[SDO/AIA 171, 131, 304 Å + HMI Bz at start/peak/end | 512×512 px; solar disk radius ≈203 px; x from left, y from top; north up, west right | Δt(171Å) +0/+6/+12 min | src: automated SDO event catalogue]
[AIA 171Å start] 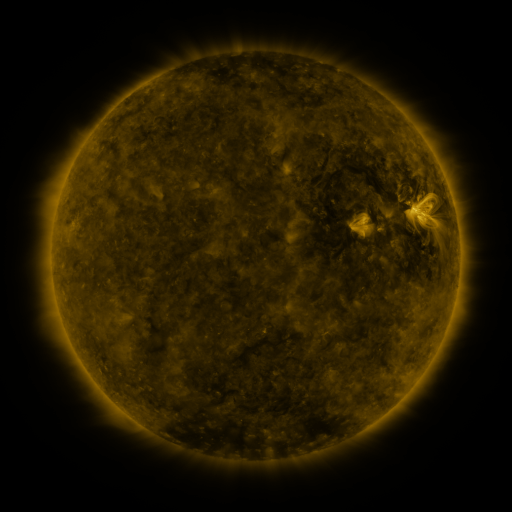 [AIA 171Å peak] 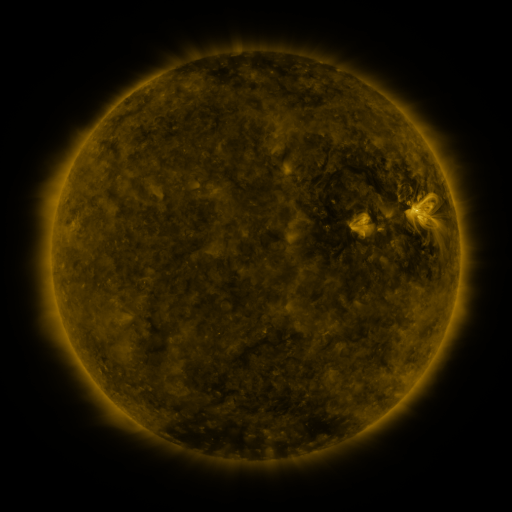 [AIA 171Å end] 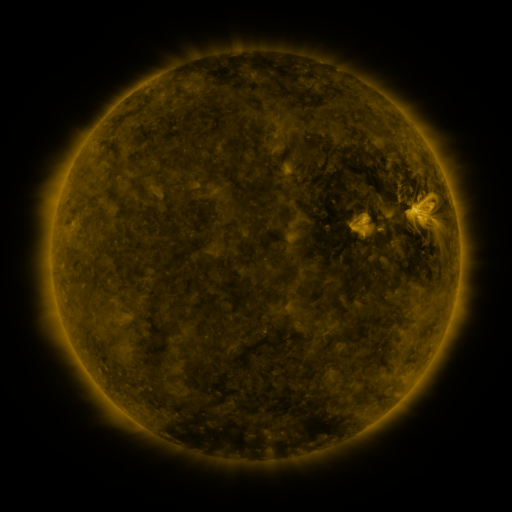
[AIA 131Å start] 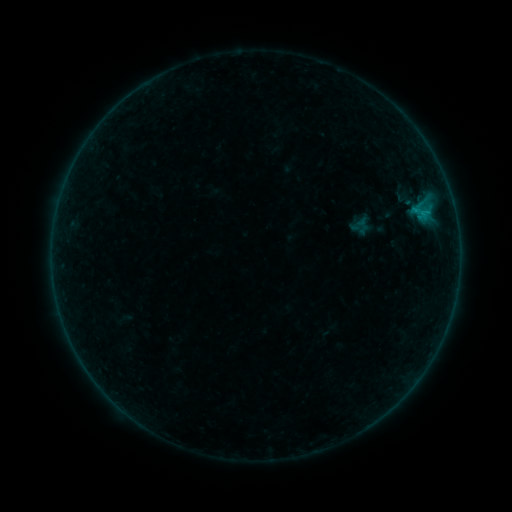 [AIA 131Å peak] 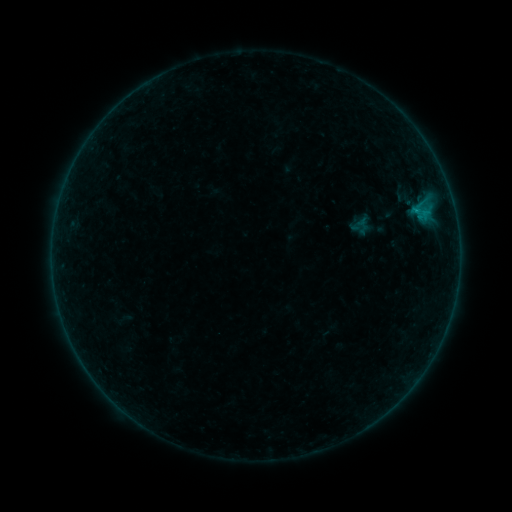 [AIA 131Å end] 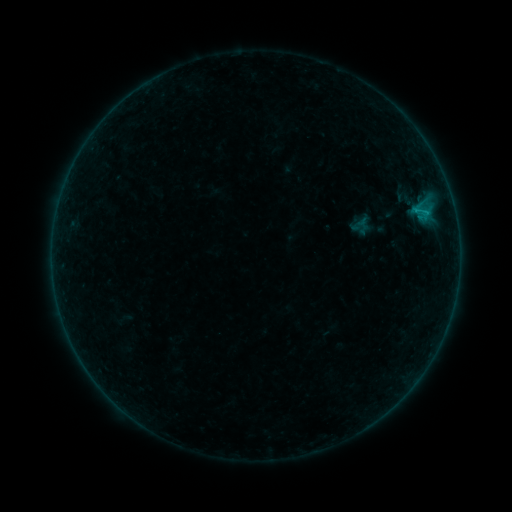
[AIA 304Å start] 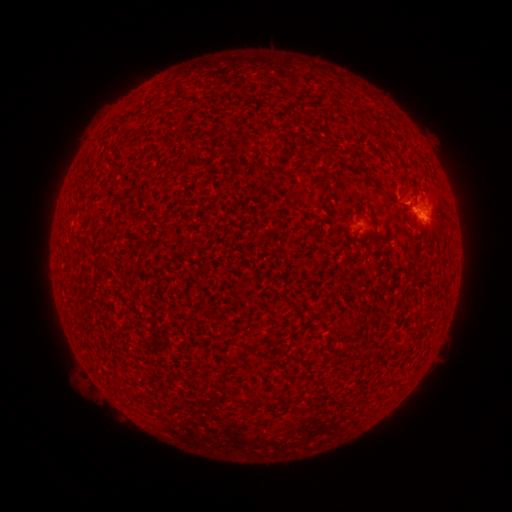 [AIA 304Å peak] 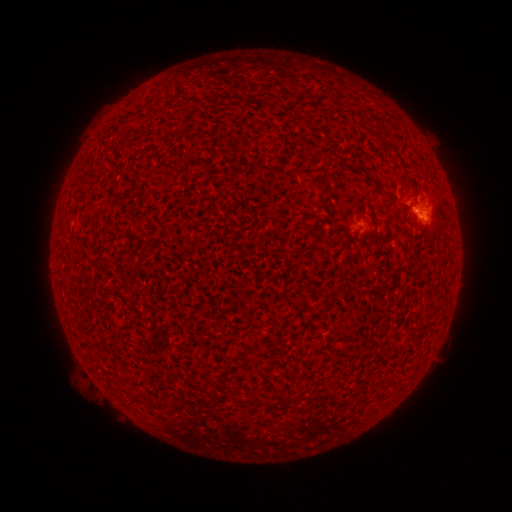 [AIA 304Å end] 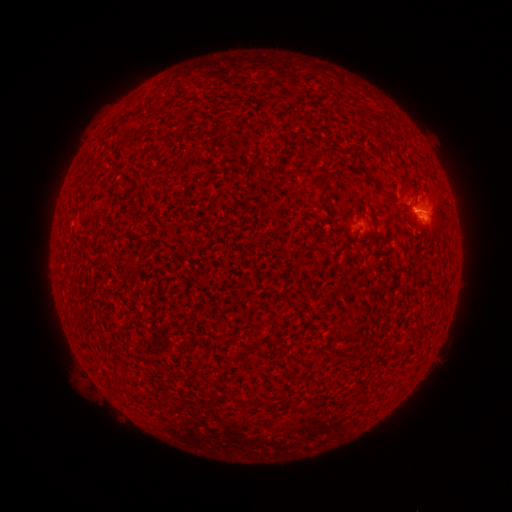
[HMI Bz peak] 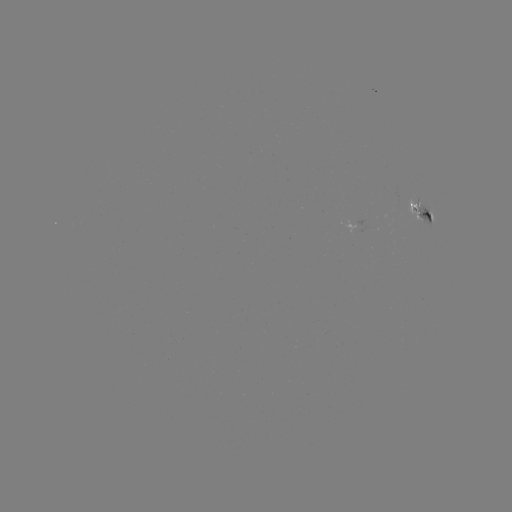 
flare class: B3.7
